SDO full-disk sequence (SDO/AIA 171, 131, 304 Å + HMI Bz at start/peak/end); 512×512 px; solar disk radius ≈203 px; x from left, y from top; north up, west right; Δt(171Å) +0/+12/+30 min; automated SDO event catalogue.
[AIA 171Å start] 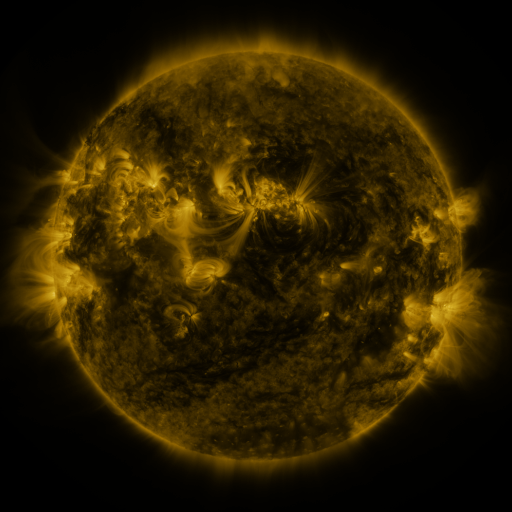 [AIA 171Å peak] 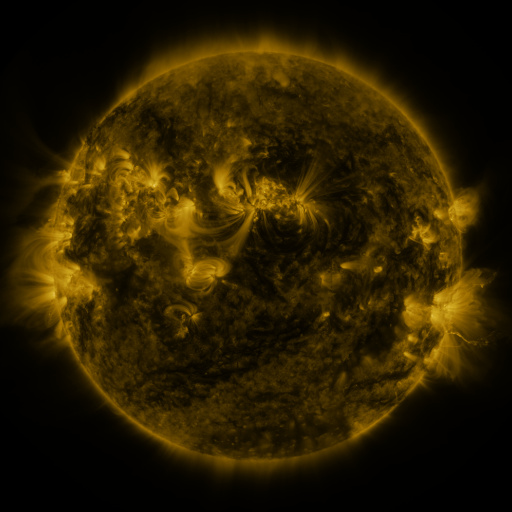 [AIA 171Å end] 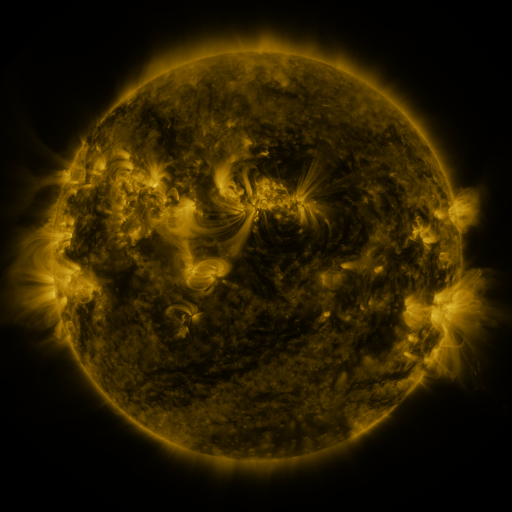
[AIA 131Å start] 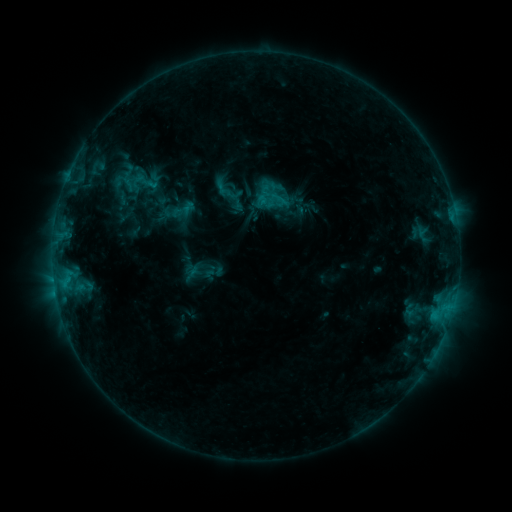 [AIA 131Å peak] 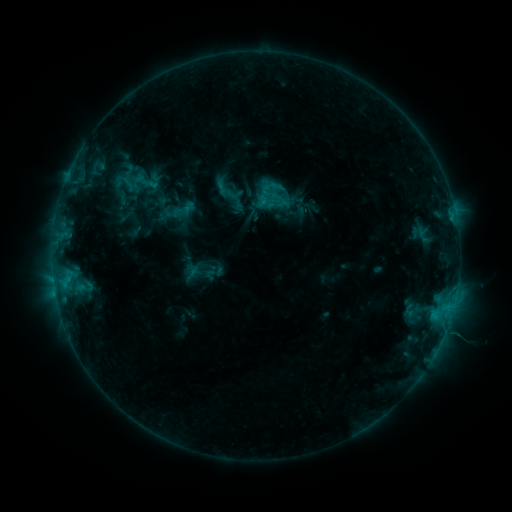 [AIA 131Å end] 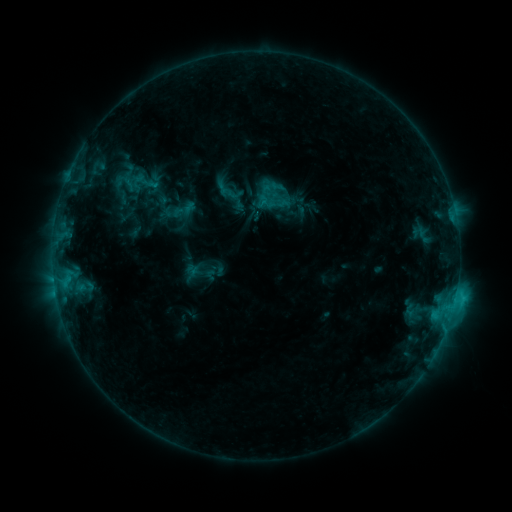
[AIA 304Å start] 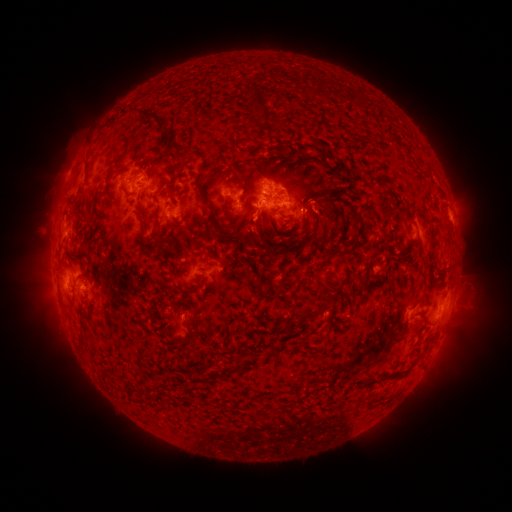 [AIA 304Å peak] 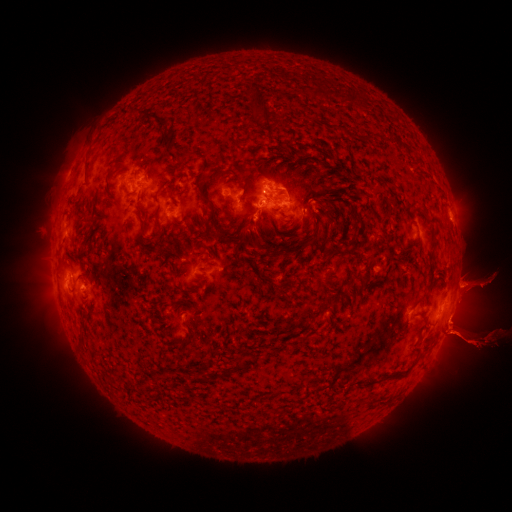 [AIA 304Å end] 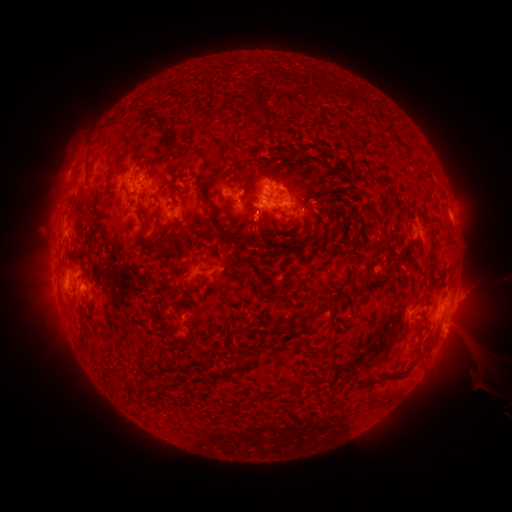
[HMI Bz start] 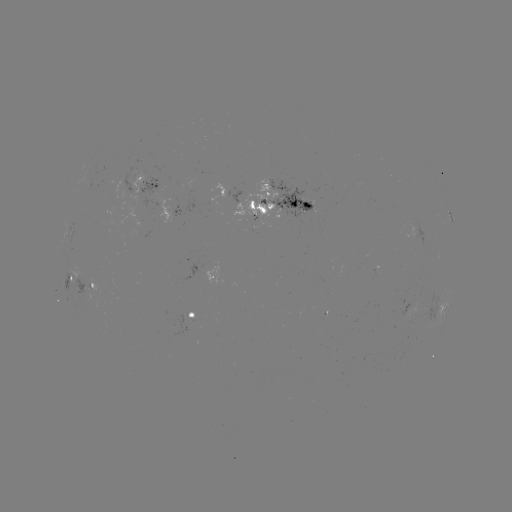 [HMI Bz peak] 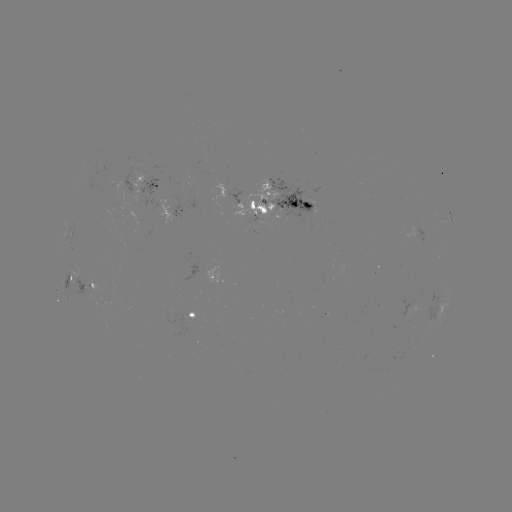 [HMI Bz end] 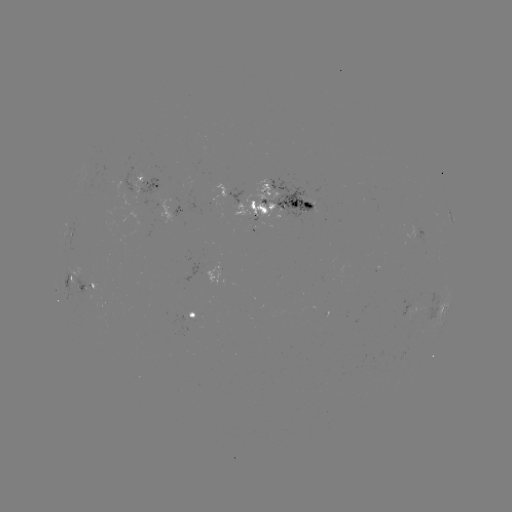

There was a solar eruption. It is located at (469, 314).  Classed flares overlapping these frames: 1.